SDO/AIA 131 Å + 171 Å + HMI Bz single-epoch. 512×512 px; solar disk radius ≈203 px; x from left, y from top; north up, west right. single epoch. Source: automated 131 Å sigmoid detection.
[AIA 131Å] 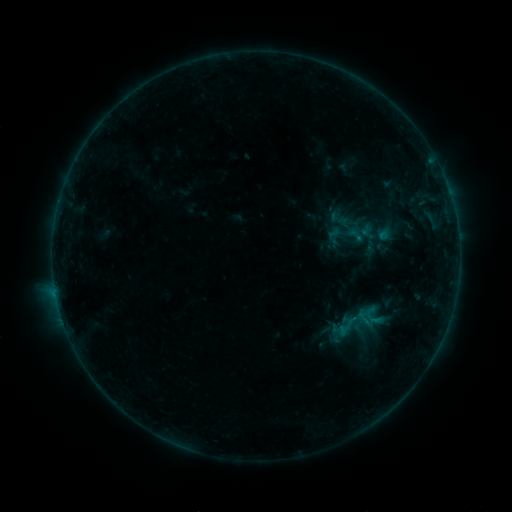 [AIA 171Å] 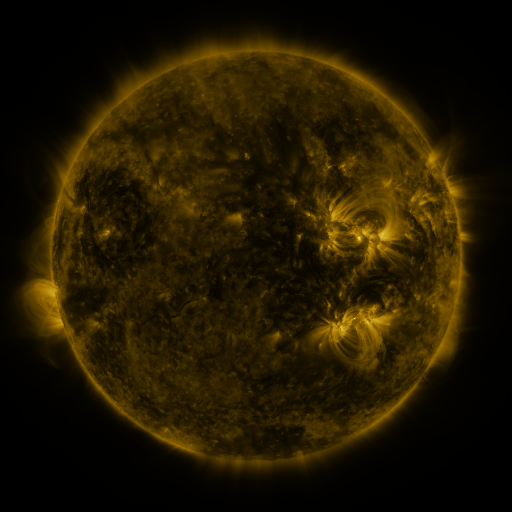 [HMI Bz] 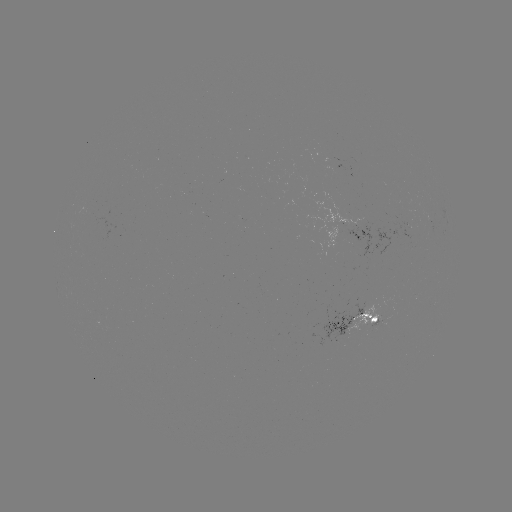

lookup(sigmoid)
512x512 [334, 236]